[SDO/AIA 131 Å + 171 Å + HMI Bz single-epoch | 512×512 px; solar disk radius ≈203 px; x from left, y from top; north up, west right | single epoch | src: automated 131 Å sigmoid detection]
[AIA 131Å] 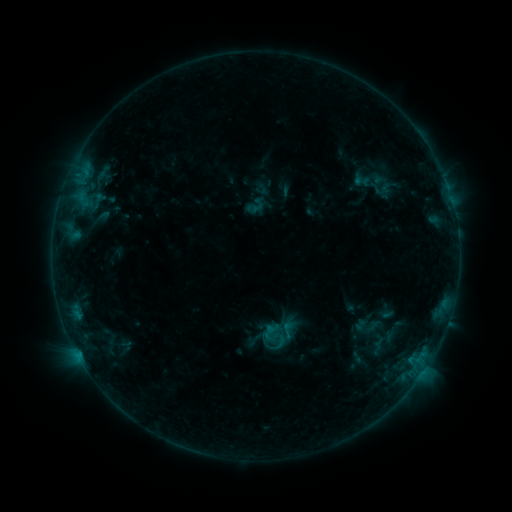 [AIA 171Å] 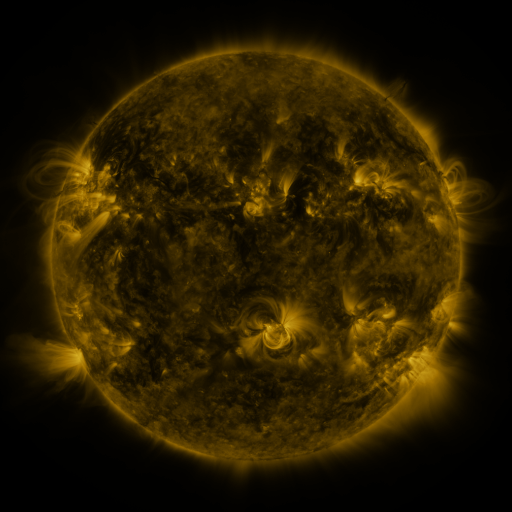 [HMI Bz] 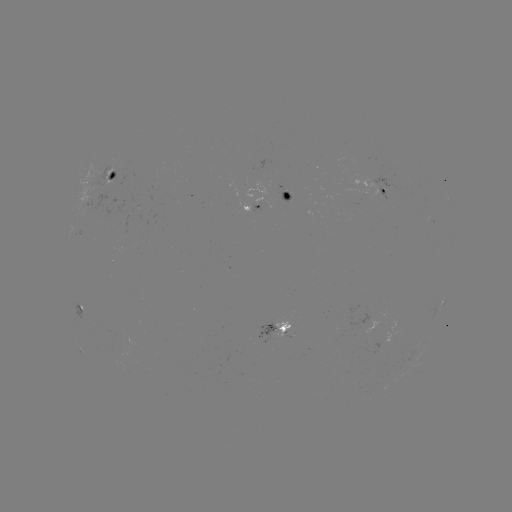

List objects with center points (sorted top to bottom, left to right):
sigmoid: (287, 330)
sigmoid: (273, 332)
